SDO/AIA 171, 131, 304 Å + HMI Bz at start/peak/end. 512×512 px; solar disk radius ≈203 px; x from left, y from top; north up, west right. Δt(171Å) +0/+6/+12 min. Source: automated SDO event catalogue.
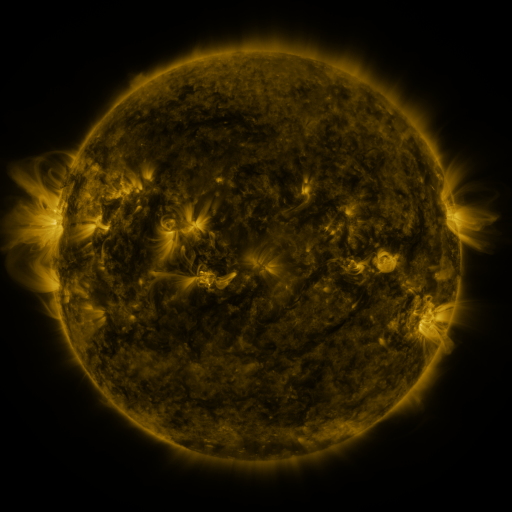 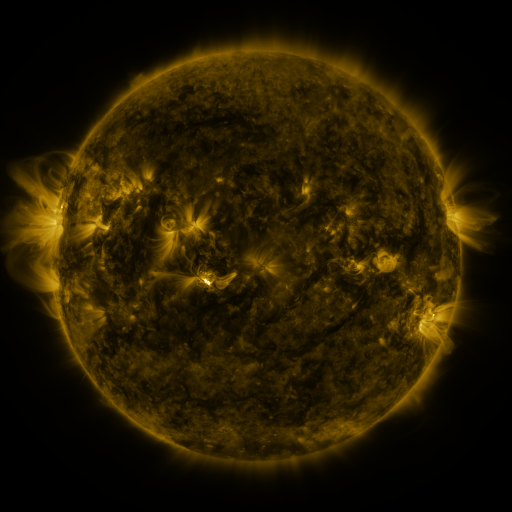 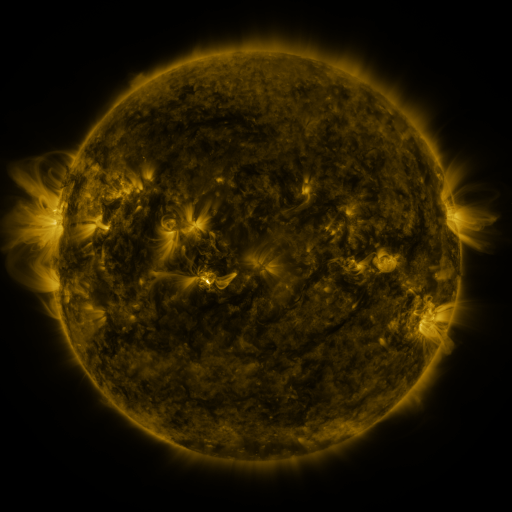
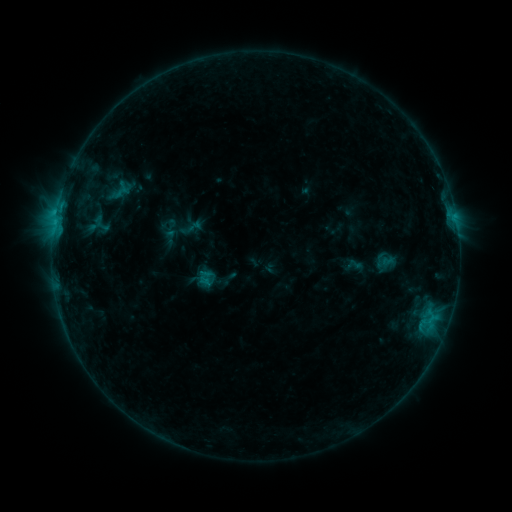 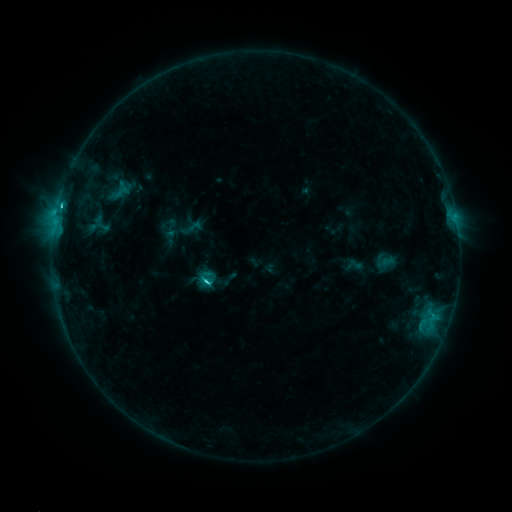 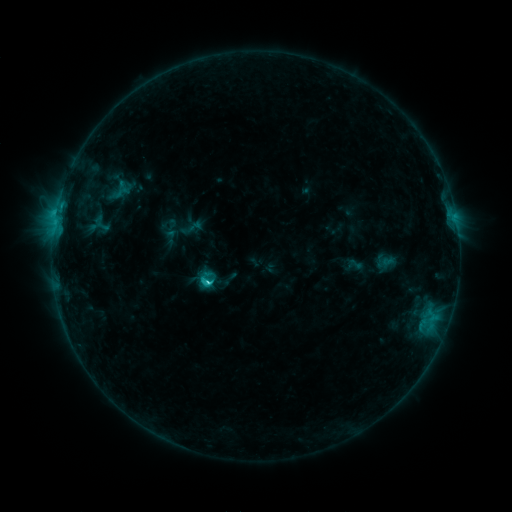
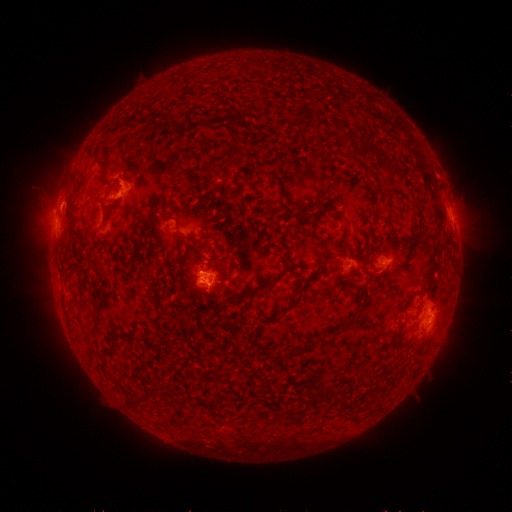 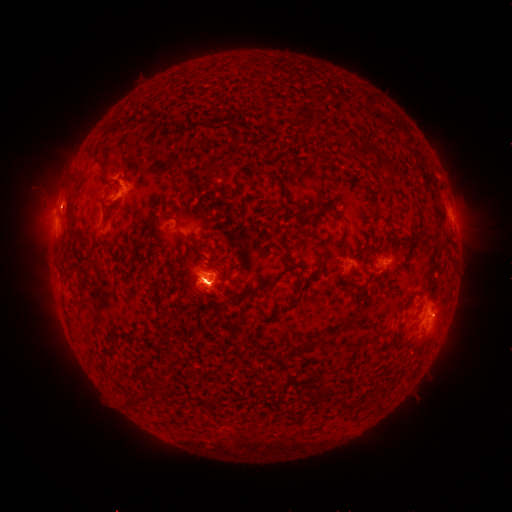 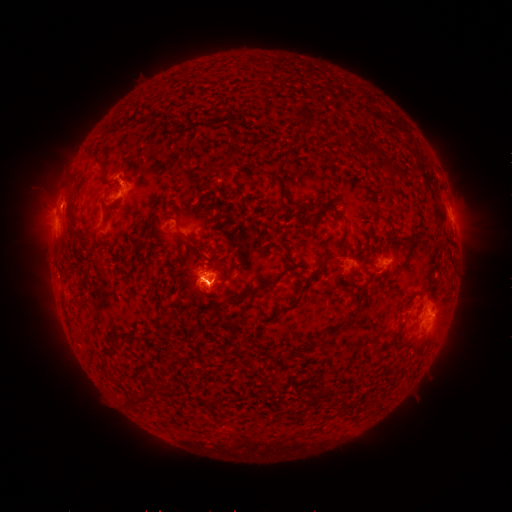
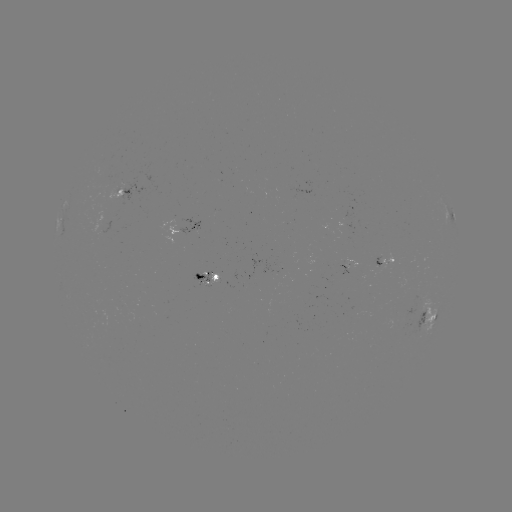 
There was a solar flare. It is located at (207, 280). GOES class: C3.6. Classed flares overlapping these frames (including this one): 1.